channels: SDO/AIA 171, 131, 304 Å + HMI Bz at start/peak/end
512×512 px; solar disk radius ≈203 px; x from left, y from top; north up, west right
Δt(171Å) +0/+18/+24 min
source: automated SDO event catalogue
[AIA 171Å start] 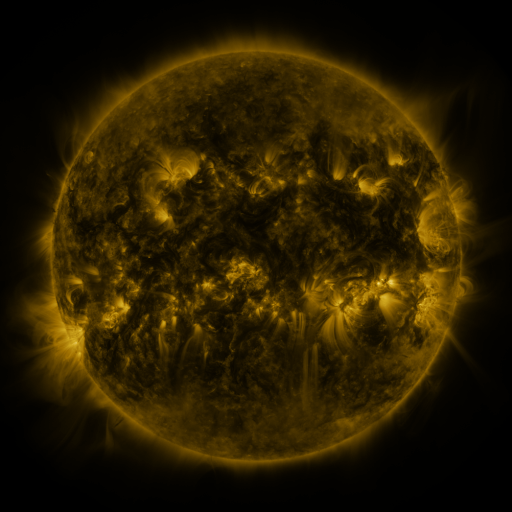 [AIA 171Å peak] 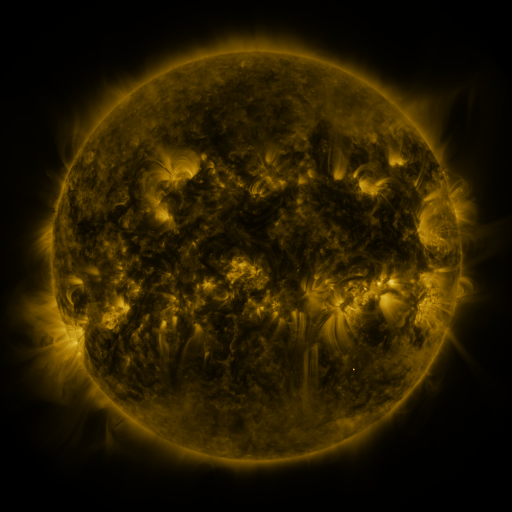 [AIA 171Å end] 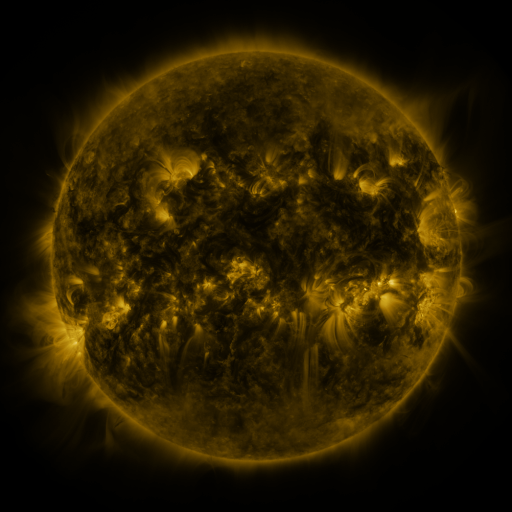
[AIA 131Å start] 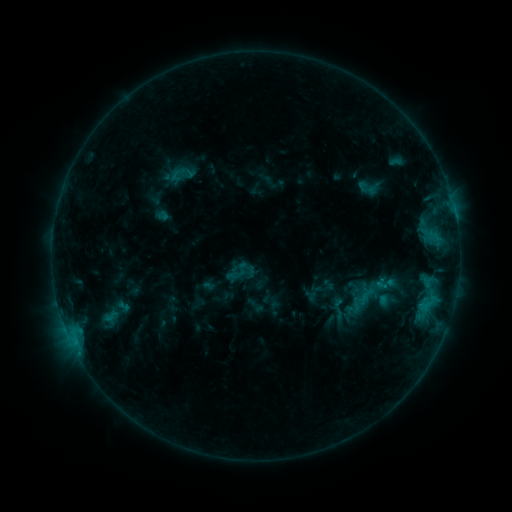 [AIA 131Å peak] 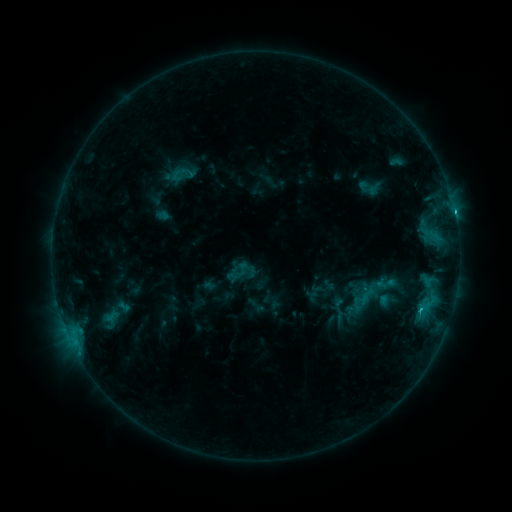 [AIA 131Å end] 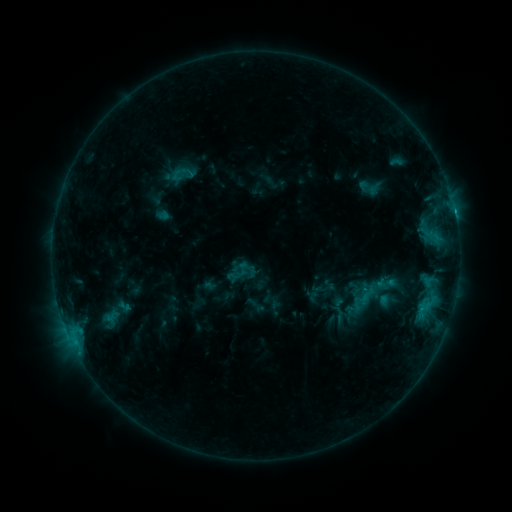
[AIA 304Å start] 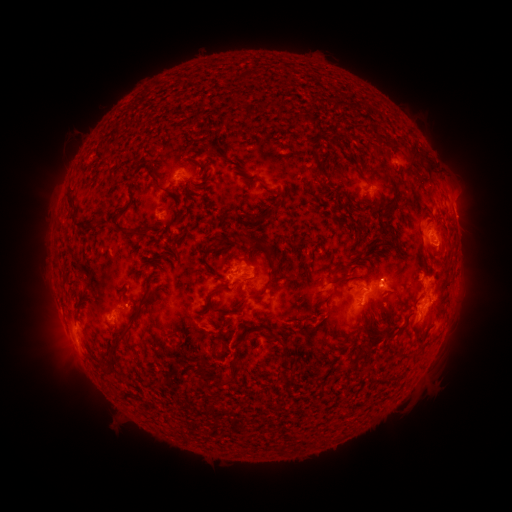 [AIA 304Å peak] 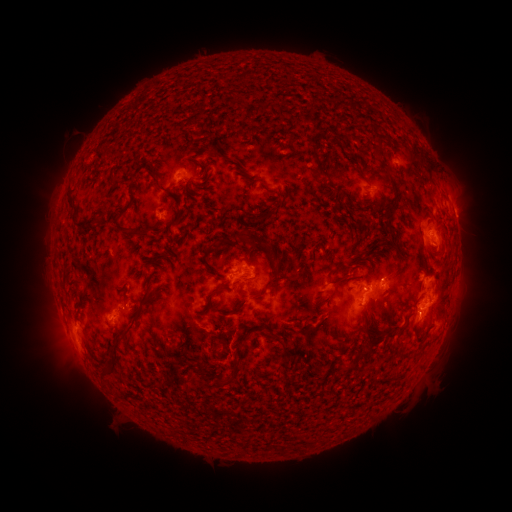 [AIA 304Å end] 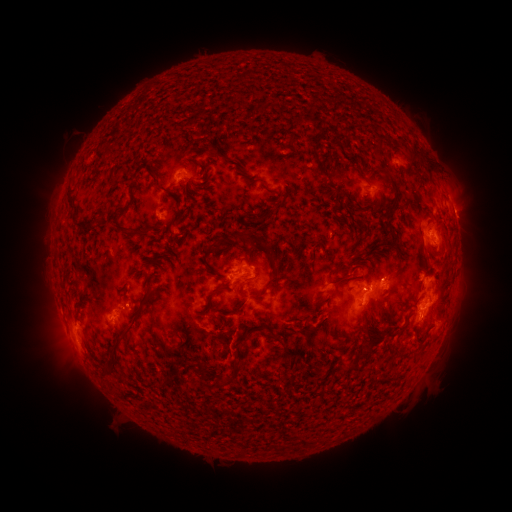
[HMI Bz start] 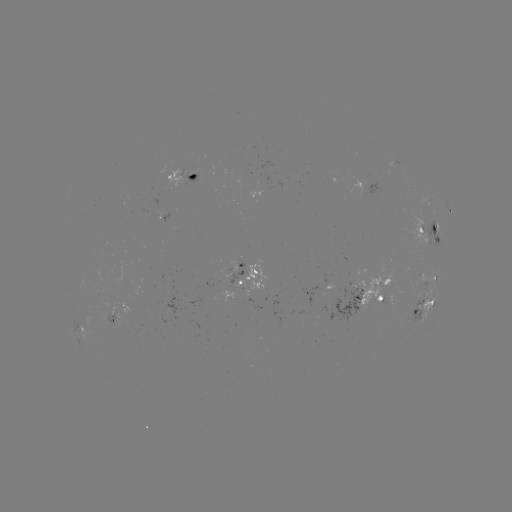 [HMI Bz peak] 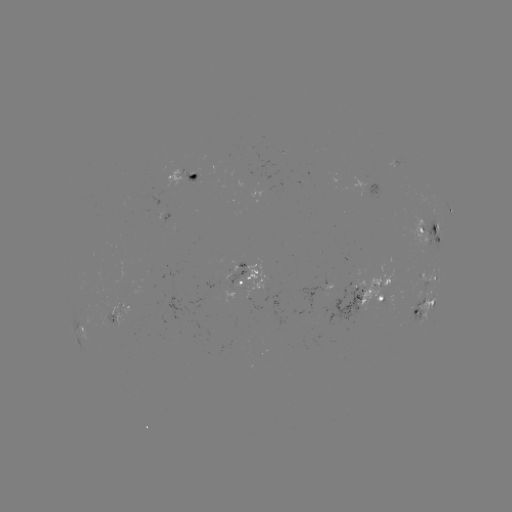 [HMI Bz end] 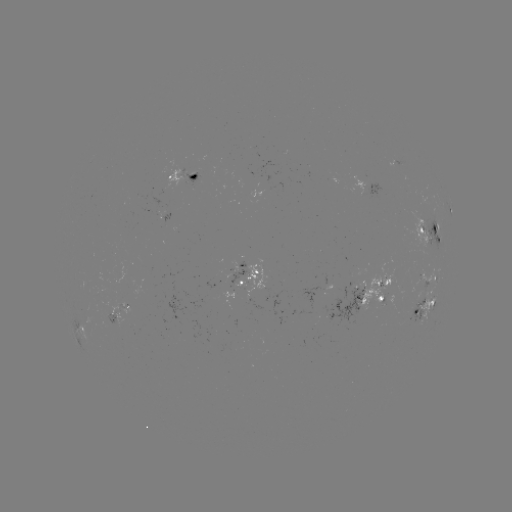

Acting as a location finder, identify C1.8 flare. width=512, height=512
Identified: [454, 213].